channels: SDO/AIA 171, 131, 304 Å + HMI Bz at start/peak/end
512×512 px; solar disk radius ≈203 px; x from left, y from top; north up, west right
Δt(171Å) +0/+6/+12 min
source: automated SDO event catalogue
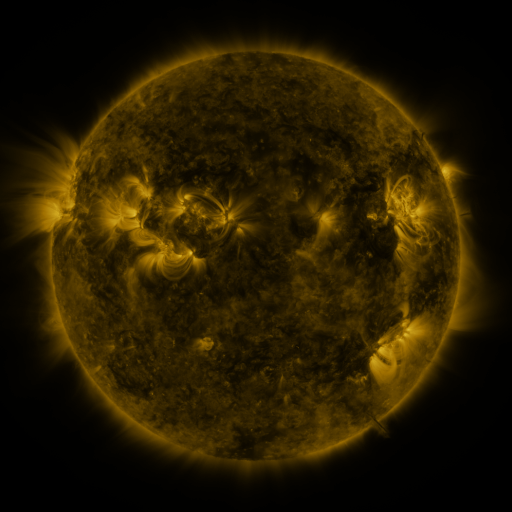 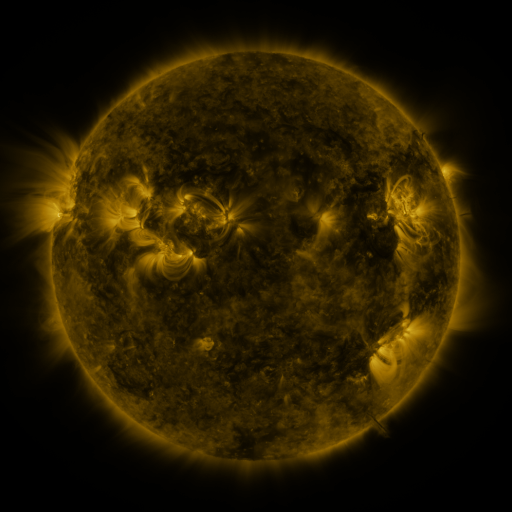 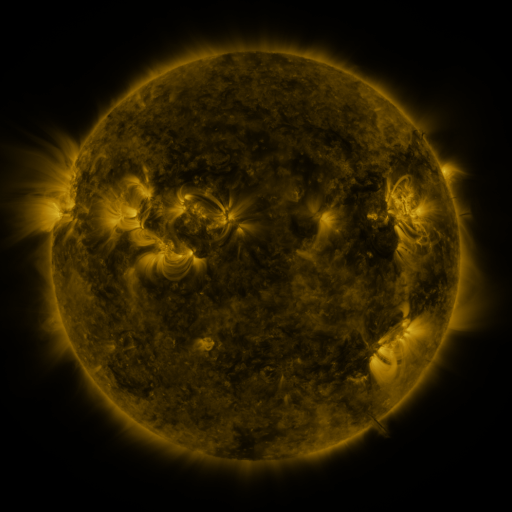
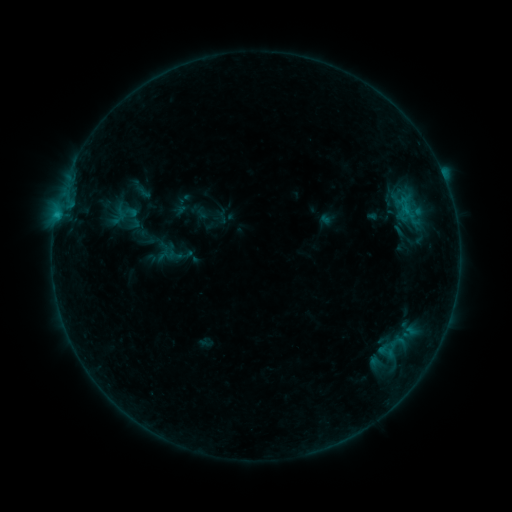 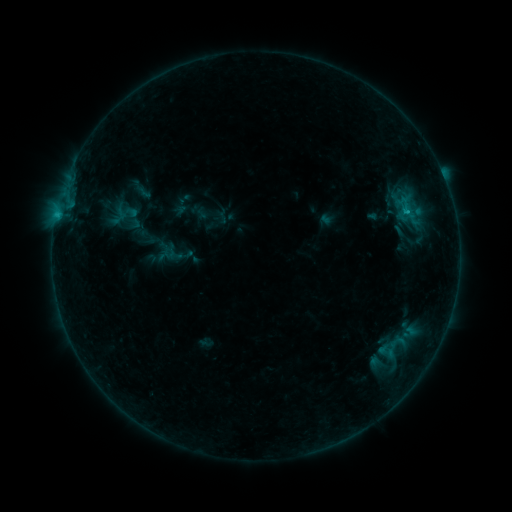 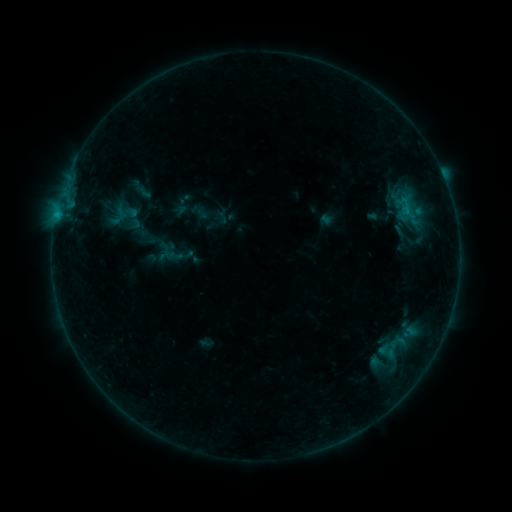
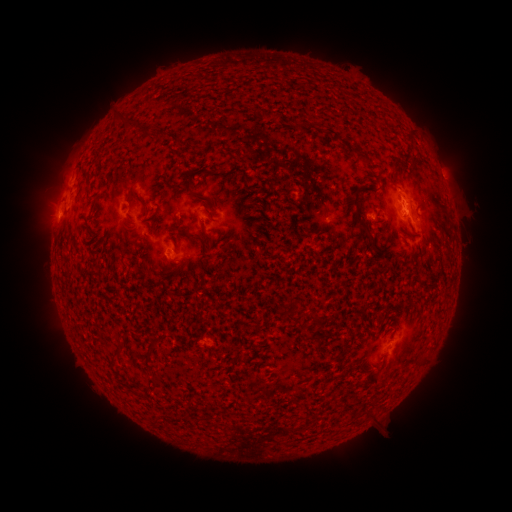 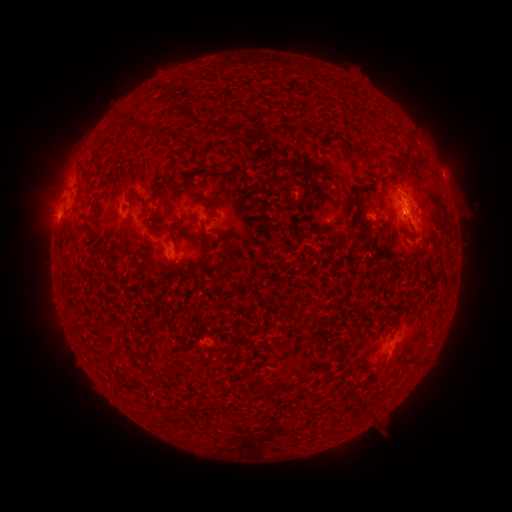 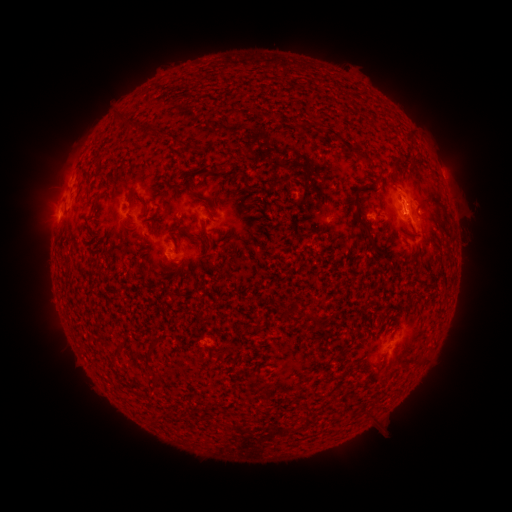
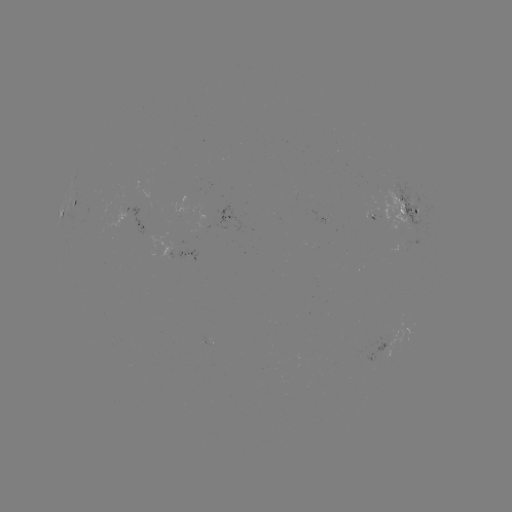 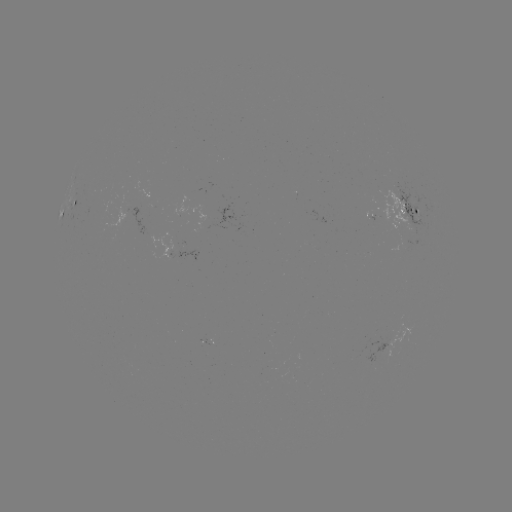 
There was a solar flare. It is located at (410, 215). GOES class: B6.0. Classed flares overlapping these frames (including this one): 1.